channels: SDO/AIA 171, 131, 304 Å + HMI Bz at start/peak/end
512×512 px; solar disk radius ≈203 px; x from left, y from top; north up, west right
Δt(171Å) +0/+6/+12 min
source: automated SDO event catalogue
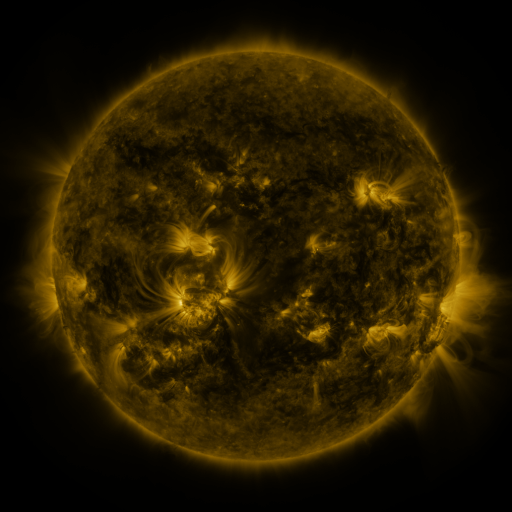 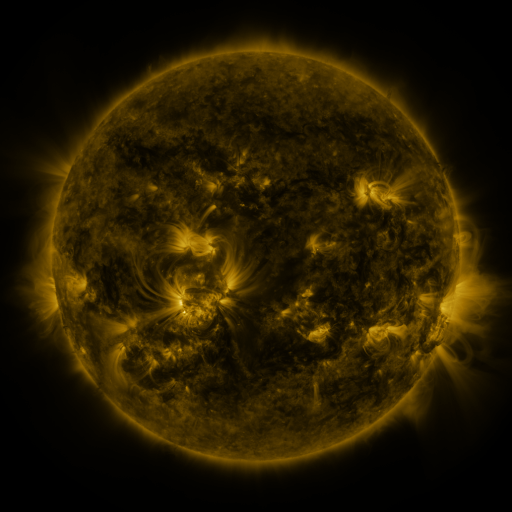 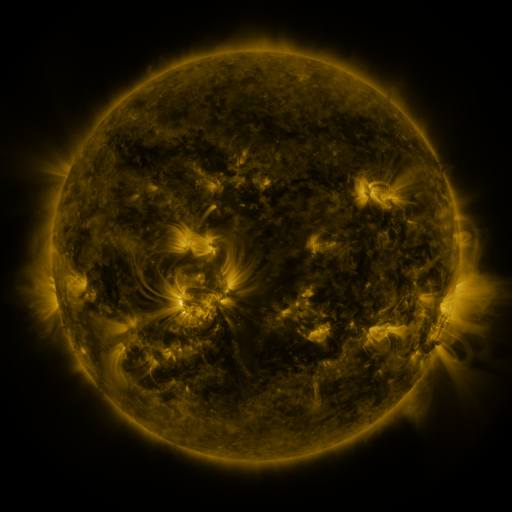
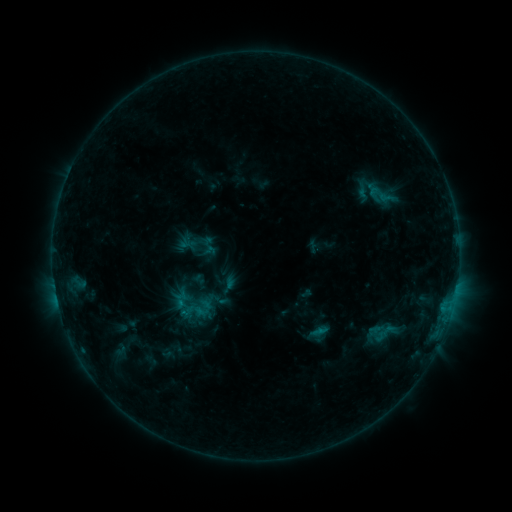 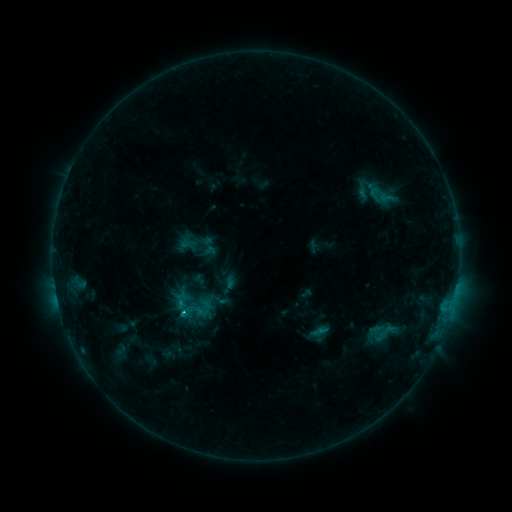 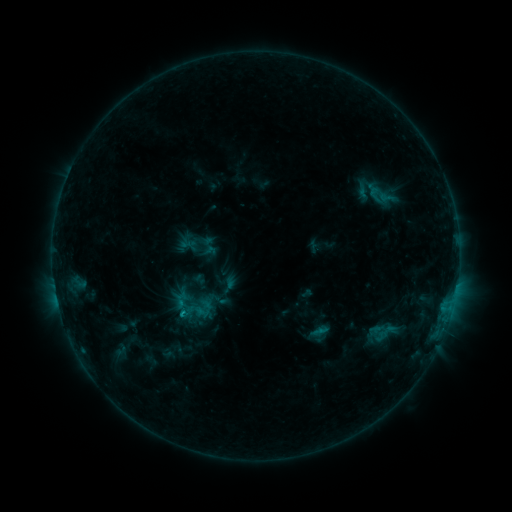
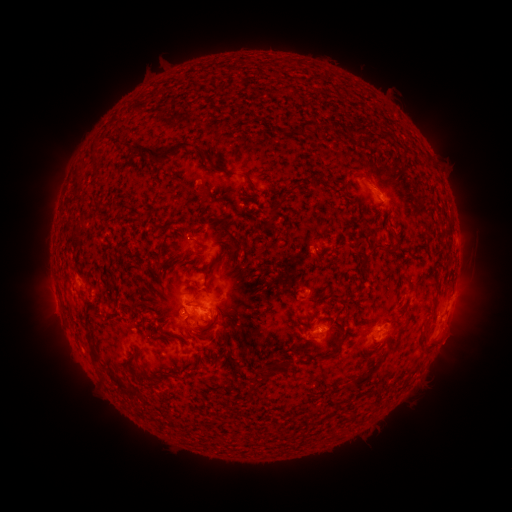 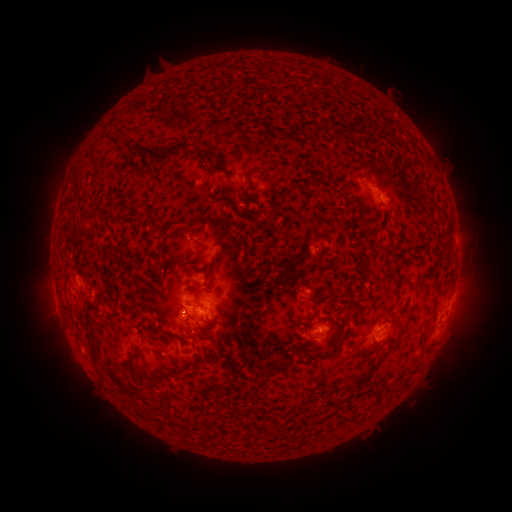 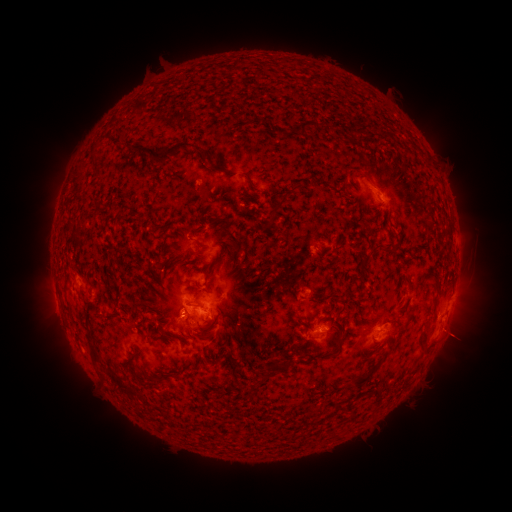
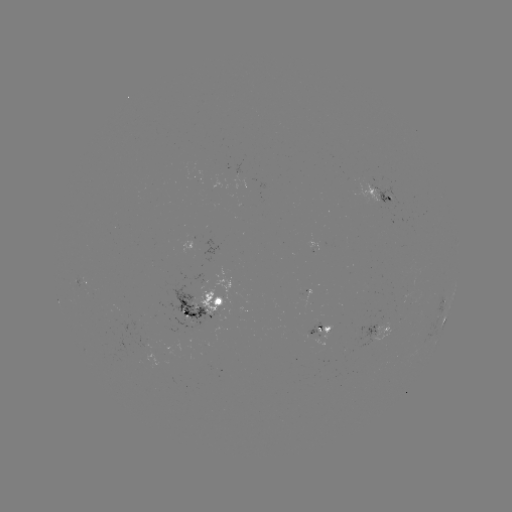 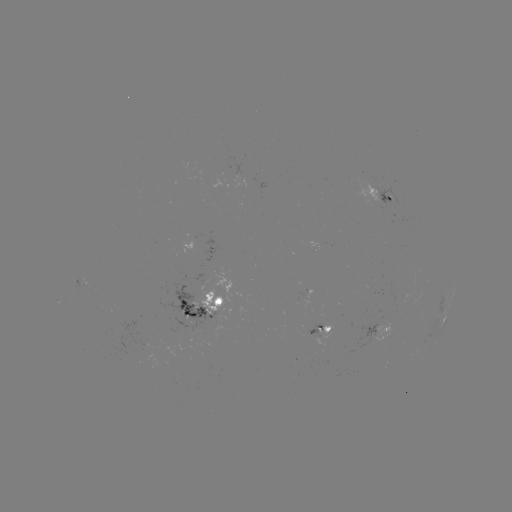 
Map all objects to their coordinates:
C1.6 flare: (184, 310)
